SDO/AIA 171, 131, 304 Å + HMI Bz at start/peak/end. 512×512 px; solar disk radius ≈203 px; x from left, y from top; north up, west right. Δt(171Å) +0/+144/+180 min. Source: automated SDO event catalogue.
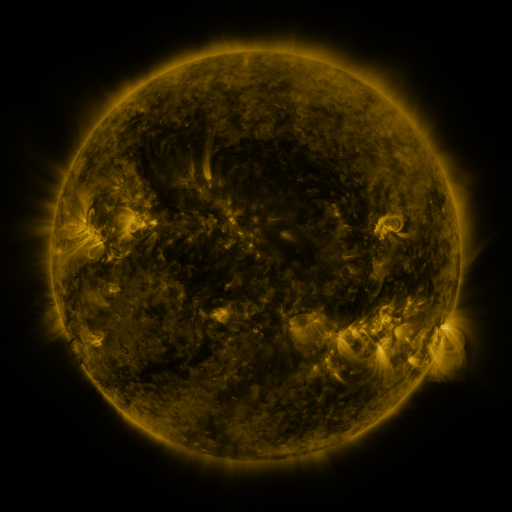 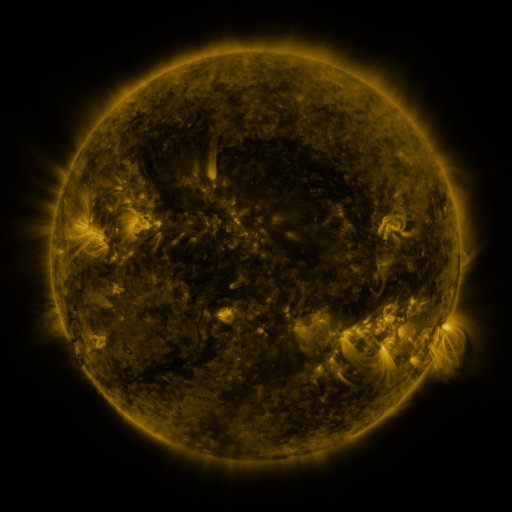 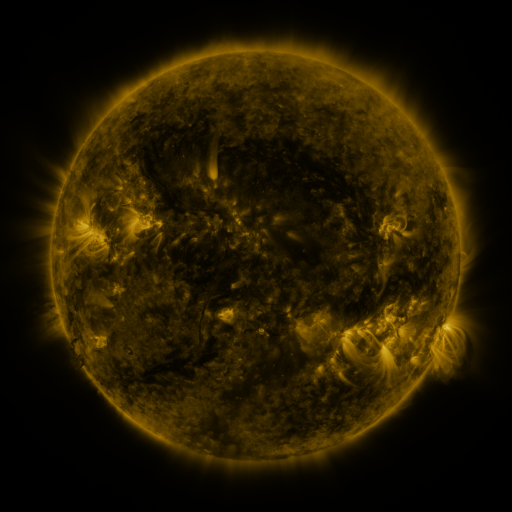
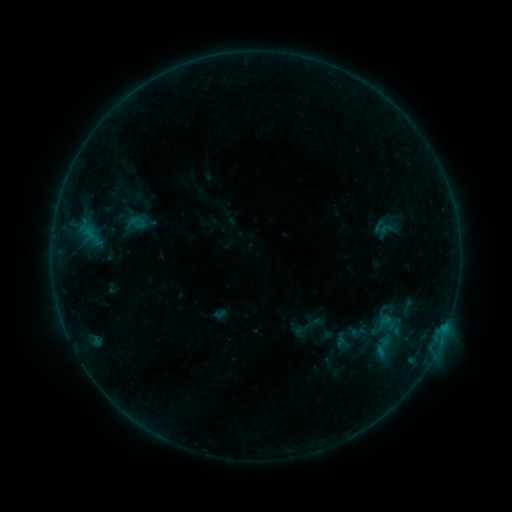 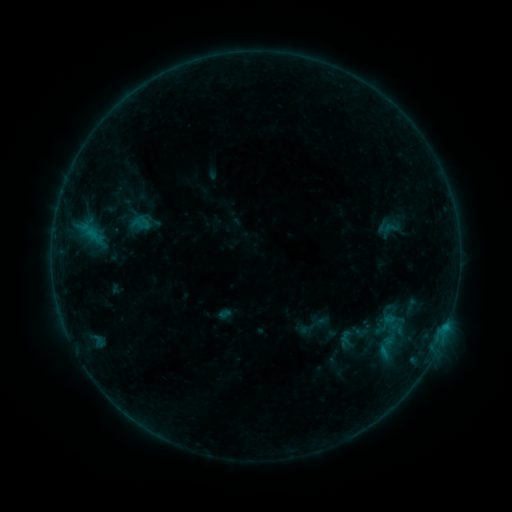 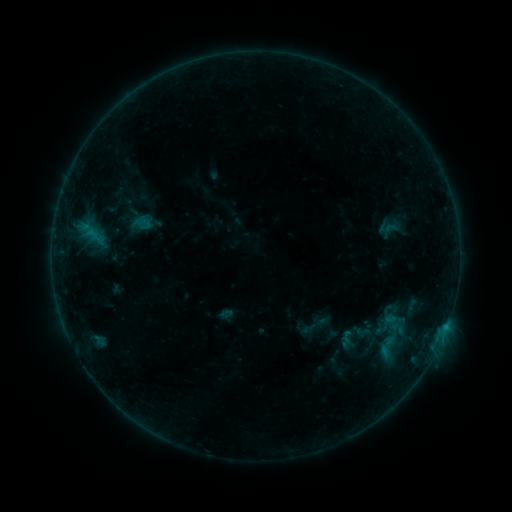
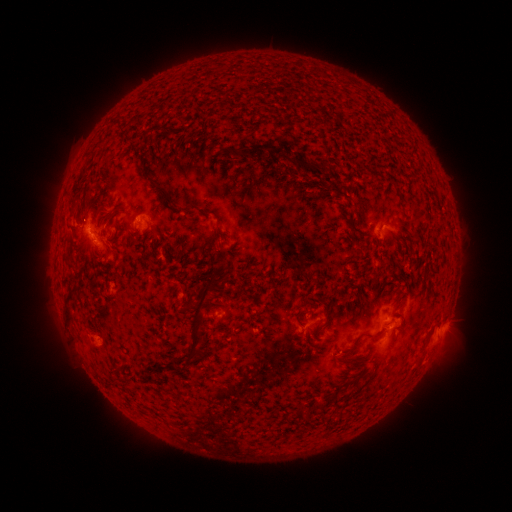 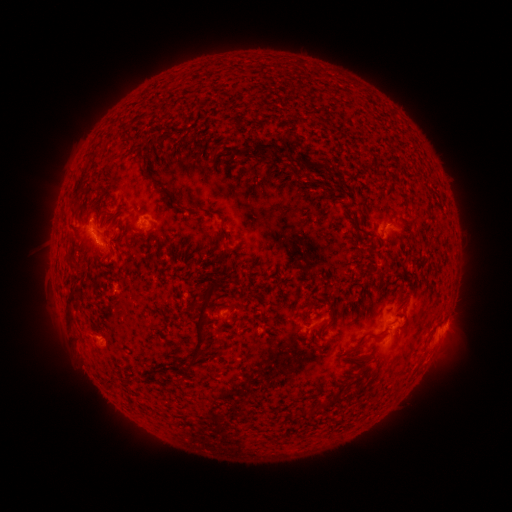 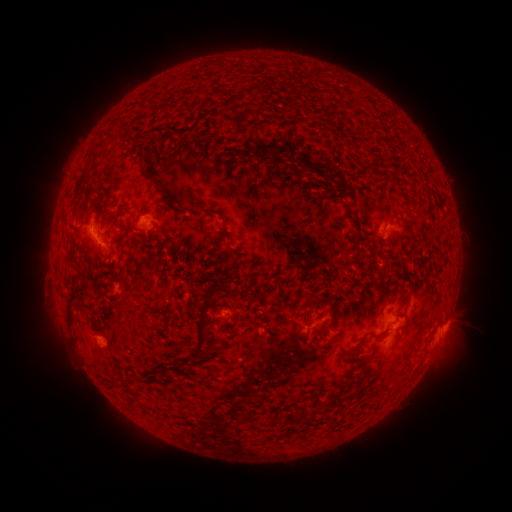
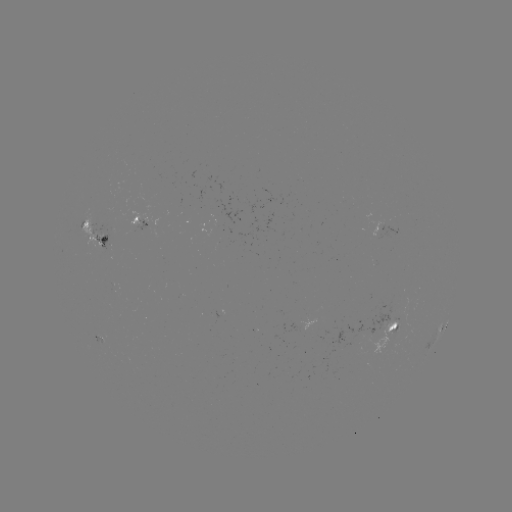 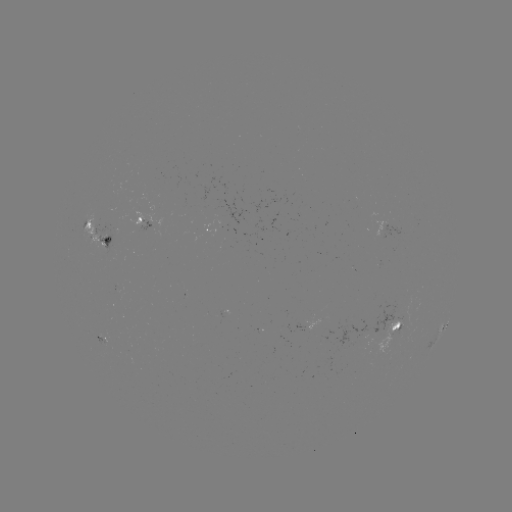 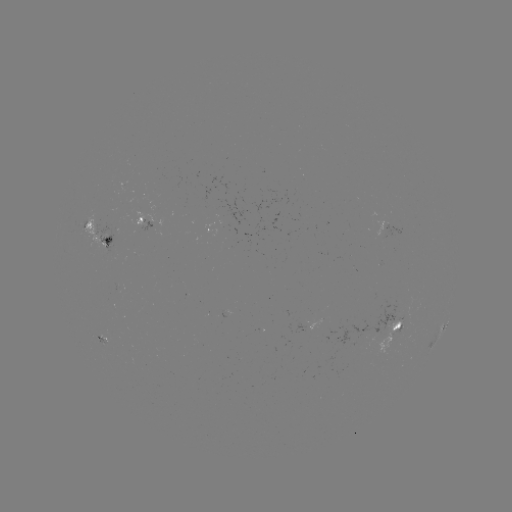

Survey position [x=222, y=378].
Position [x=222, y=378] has emerging-flux region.